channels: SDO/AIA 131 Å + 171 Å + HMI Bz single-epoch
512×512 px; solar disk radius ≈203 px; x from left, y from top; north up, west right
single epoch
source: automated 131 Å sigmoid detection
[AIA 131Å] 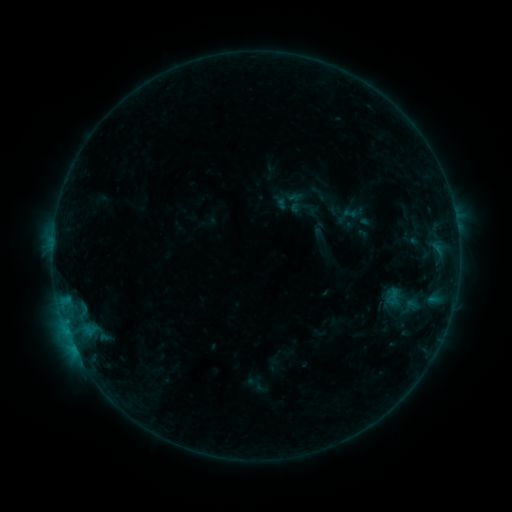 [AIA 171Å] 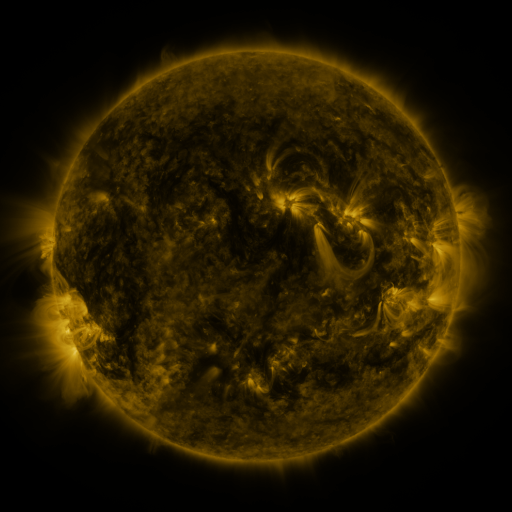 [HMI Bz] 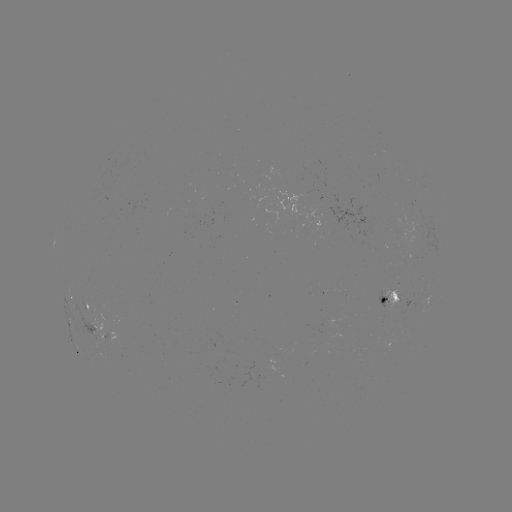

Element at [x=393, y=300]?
sigmoid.